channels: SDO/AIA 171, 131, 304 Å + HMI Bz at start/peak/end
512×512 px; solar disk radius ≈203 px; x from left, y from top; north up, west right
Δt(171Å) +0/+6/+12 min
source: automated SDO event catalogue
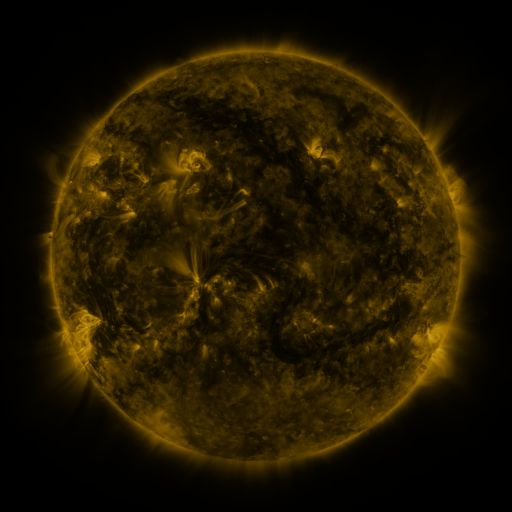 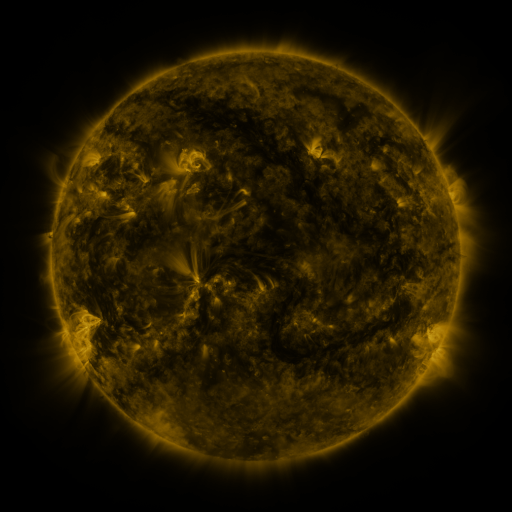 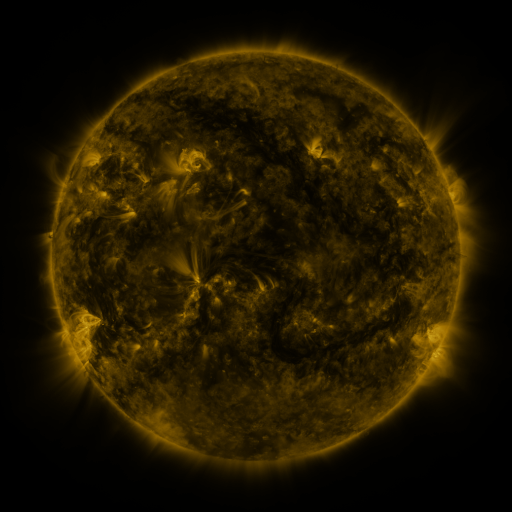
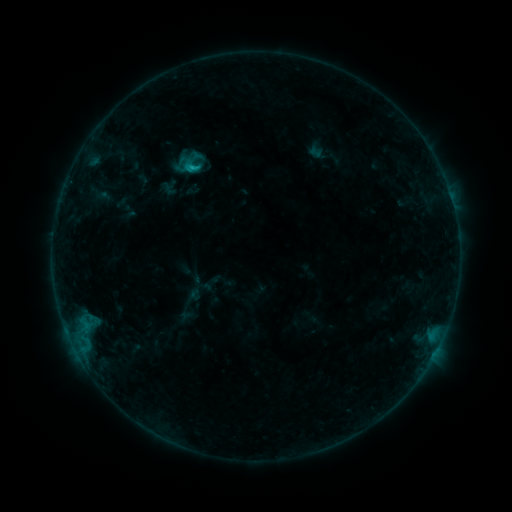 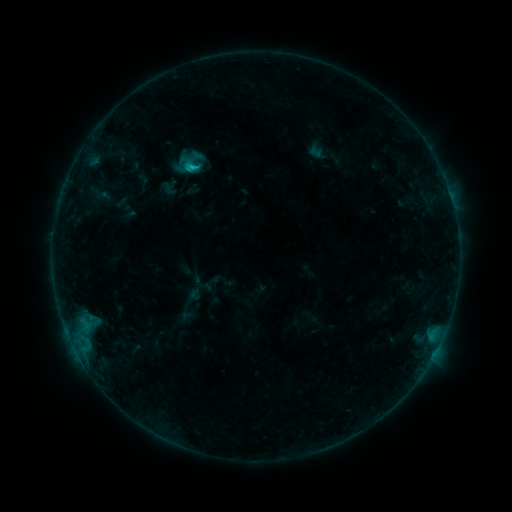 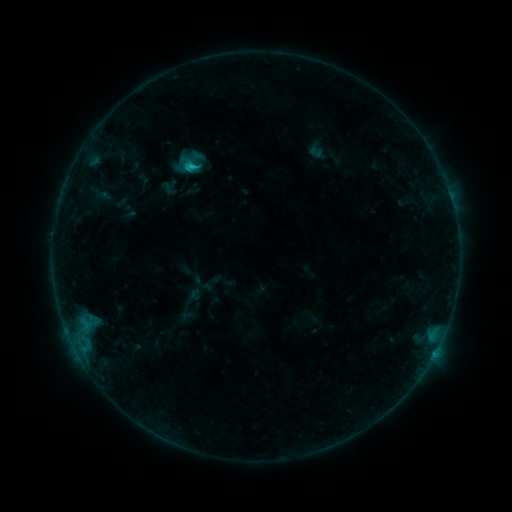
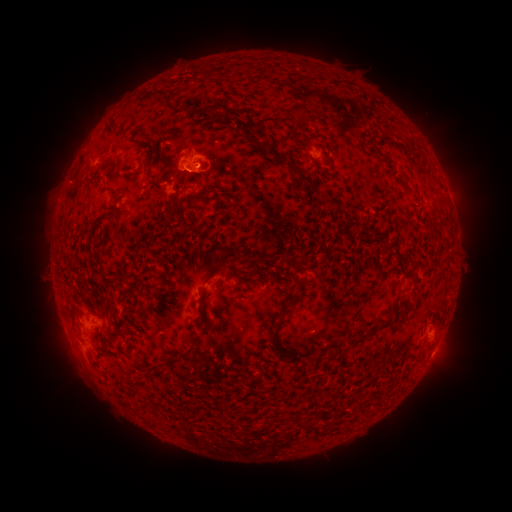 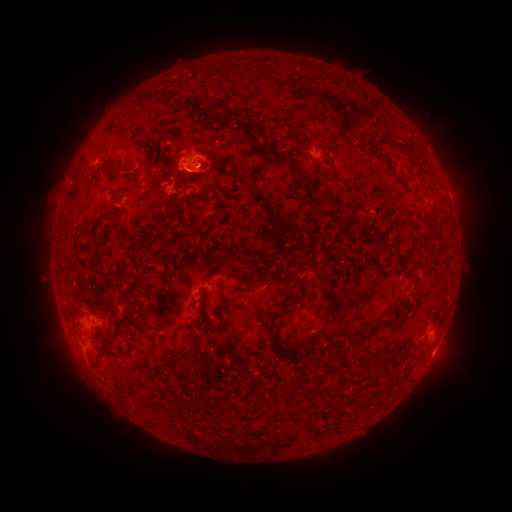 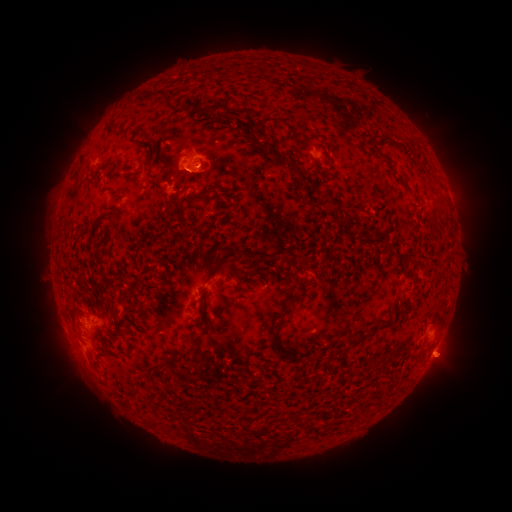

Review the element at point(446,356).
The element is eruption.